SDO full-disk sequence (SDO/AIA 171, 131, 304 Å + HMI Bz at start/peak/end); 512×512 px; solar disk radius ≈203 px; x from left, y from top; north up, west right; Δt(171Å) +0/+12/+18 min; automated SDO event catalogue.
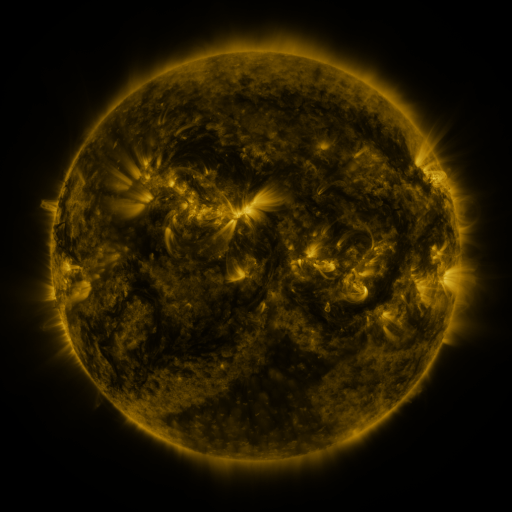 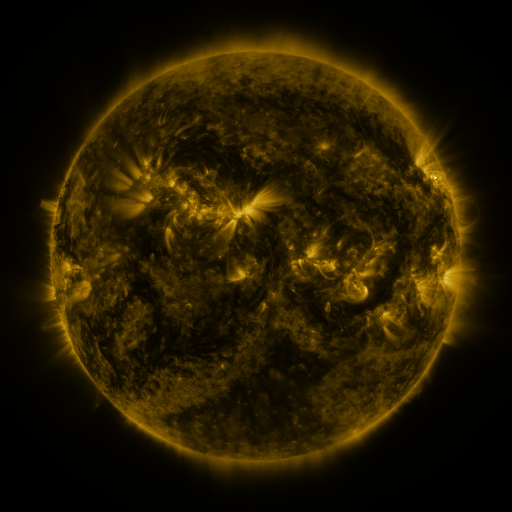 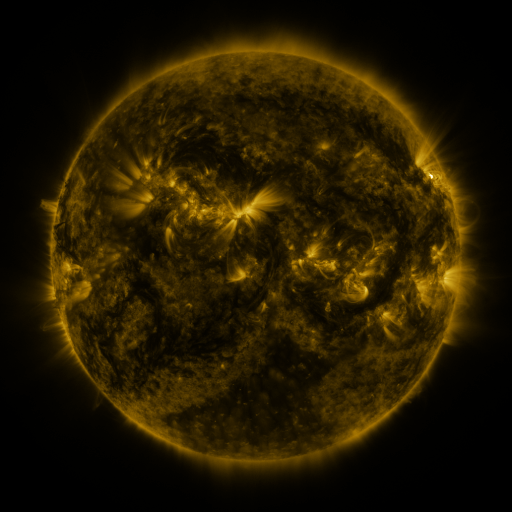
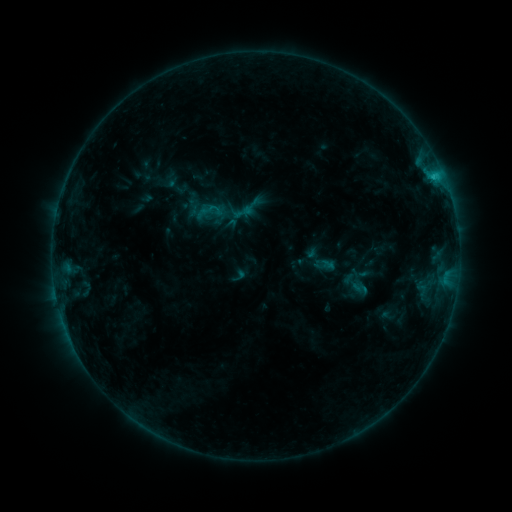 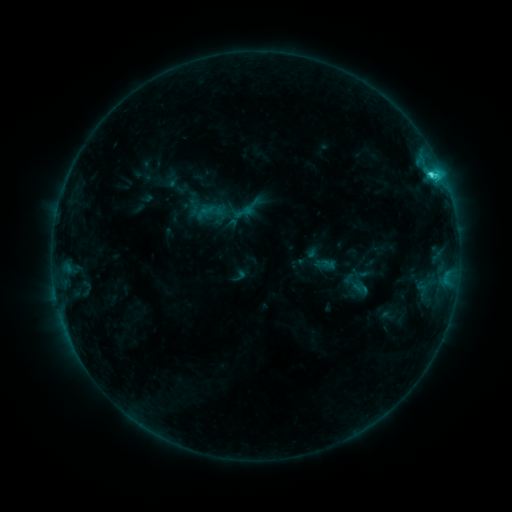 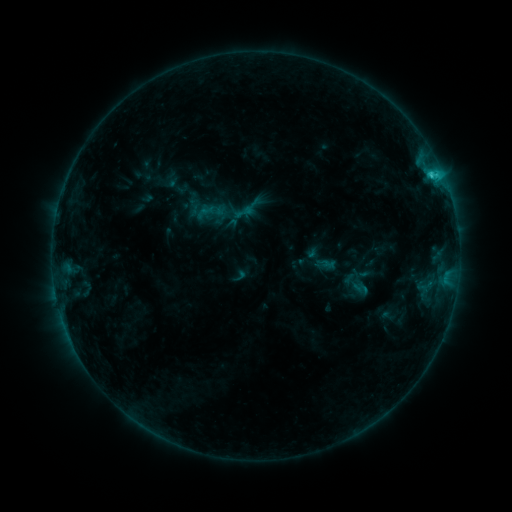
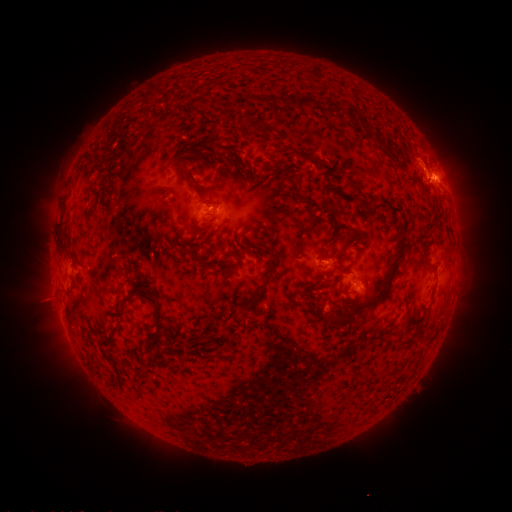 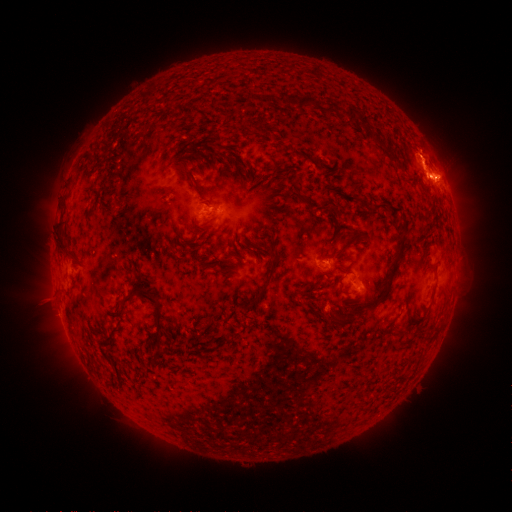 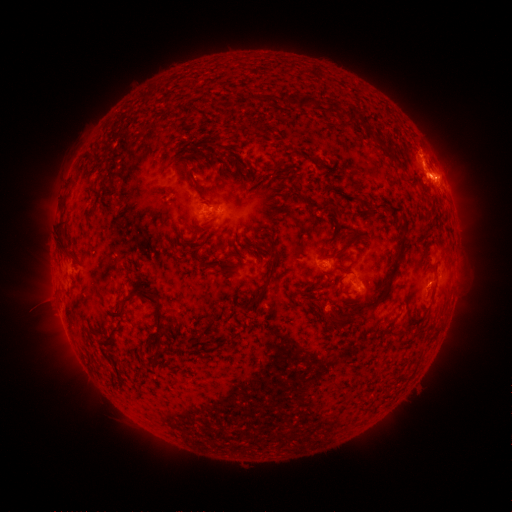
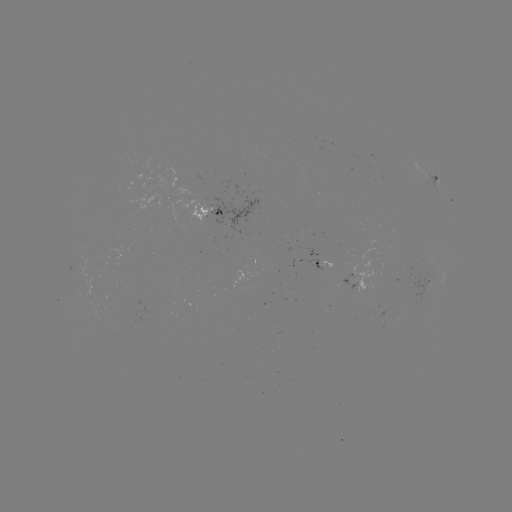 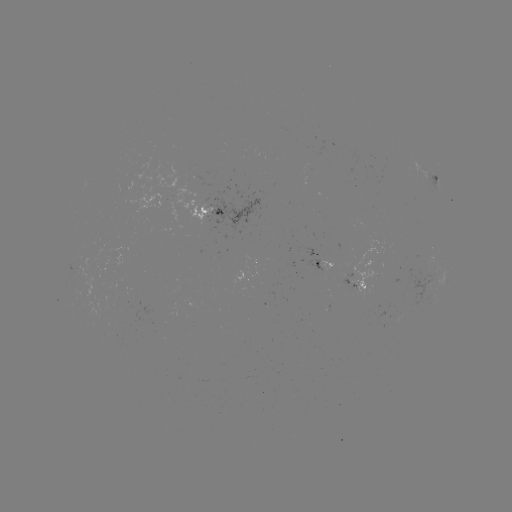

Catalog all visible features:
eruption: (425, 156)
